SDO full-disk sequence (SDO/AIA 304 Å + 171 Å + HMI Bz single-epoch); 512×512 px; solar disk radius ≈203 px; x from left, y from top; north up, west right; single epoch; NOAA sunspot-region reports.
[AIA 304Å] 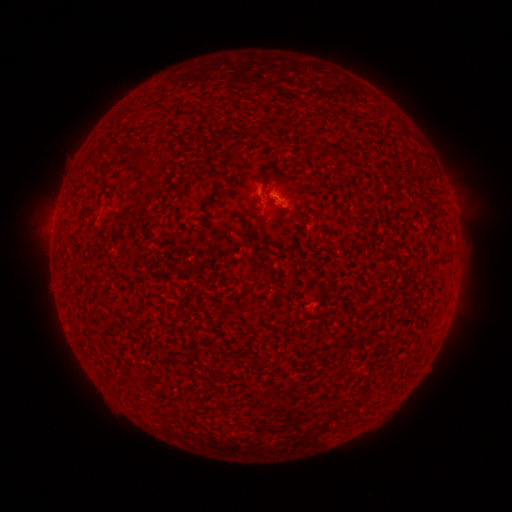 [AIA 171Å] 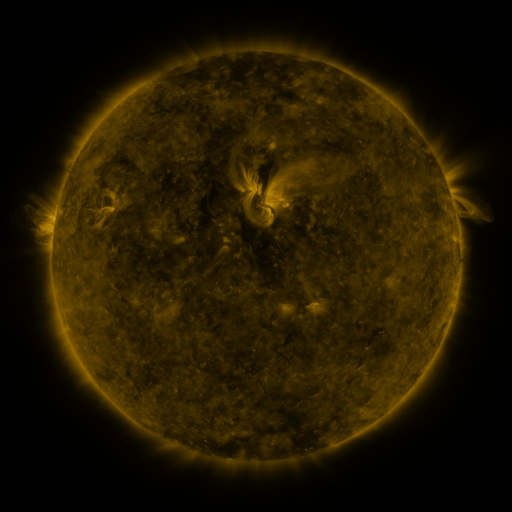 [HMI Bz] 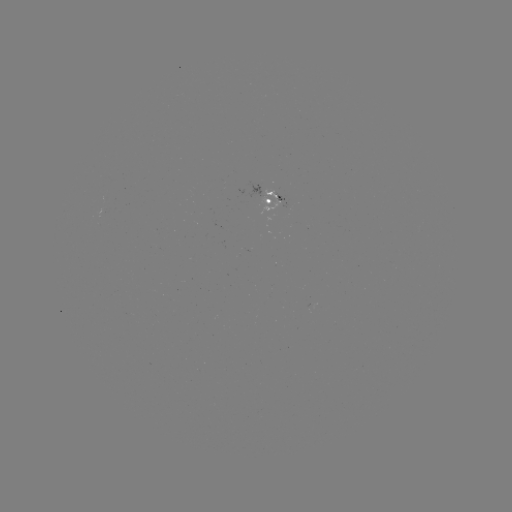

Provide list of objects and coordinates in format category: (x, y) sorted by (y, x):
spotted active region: (279, 201)
